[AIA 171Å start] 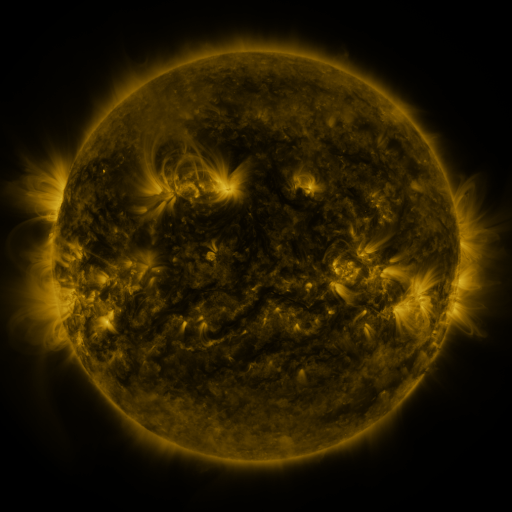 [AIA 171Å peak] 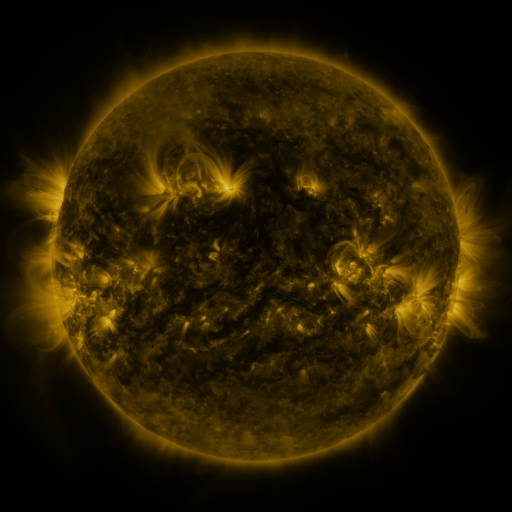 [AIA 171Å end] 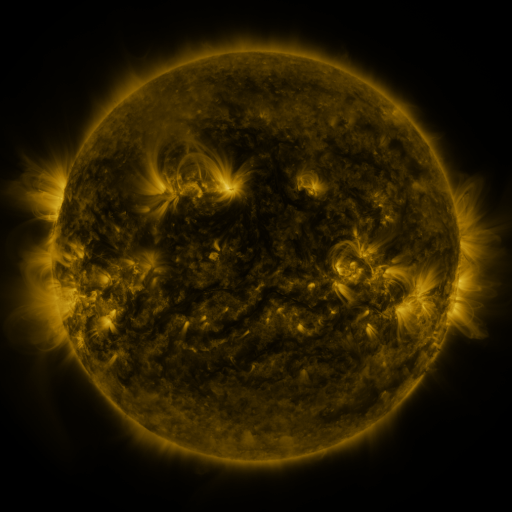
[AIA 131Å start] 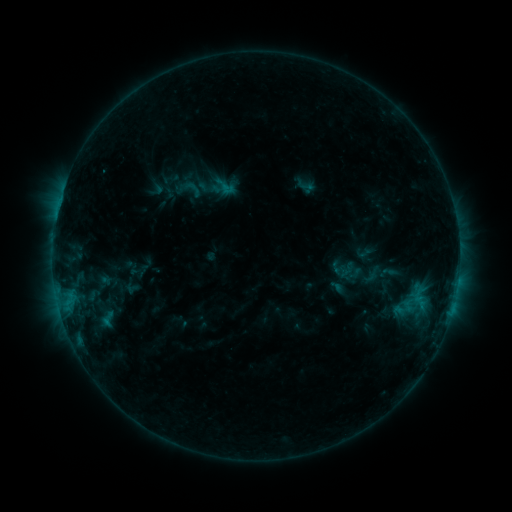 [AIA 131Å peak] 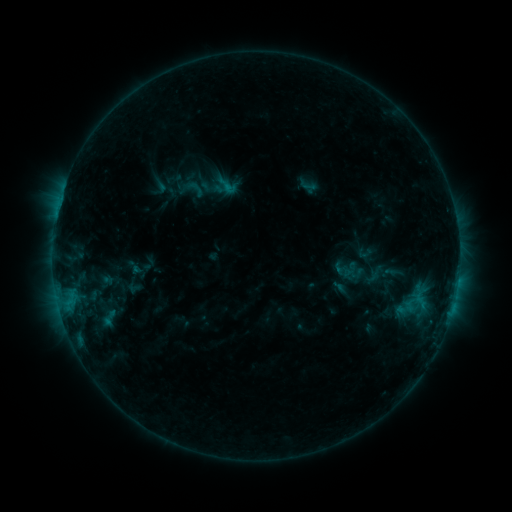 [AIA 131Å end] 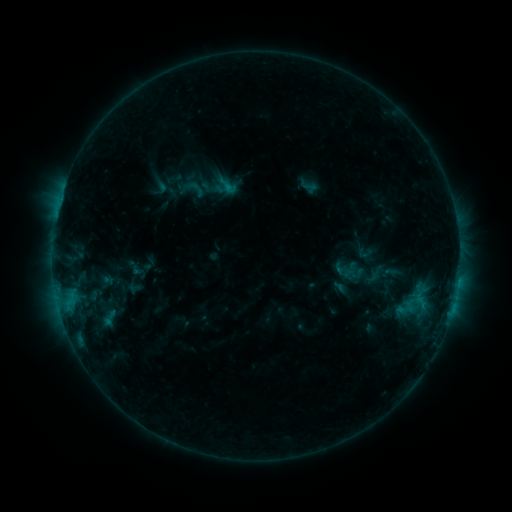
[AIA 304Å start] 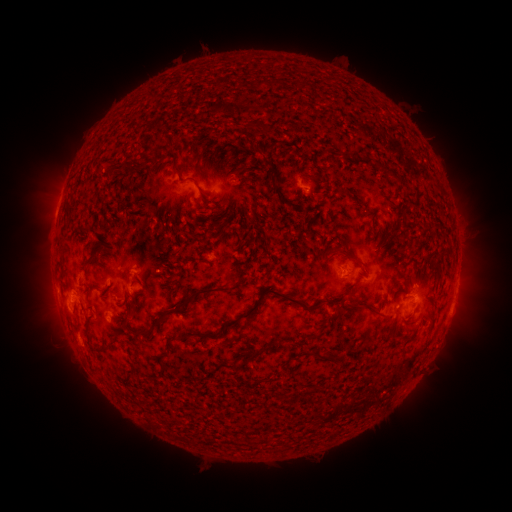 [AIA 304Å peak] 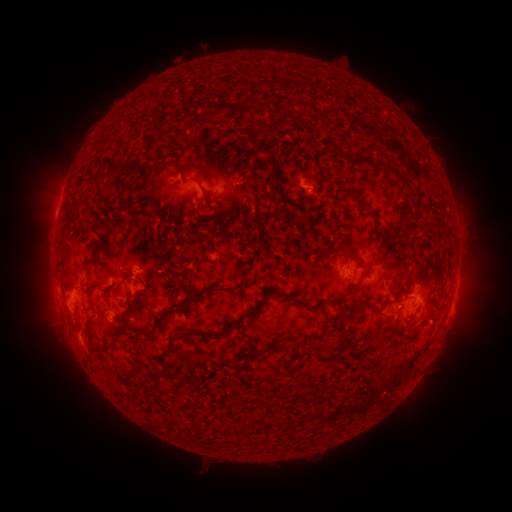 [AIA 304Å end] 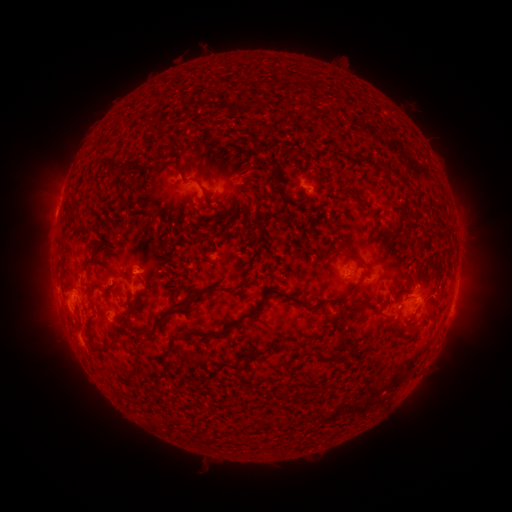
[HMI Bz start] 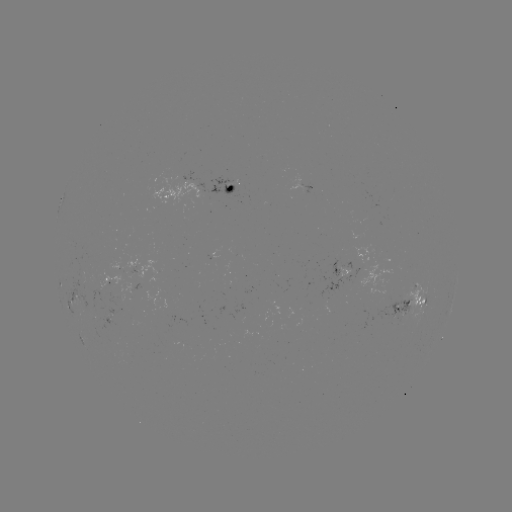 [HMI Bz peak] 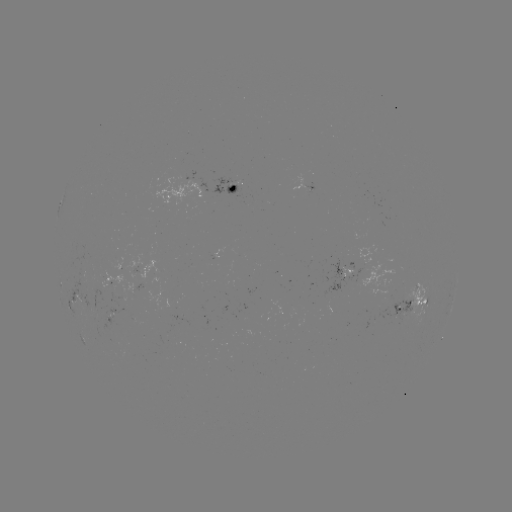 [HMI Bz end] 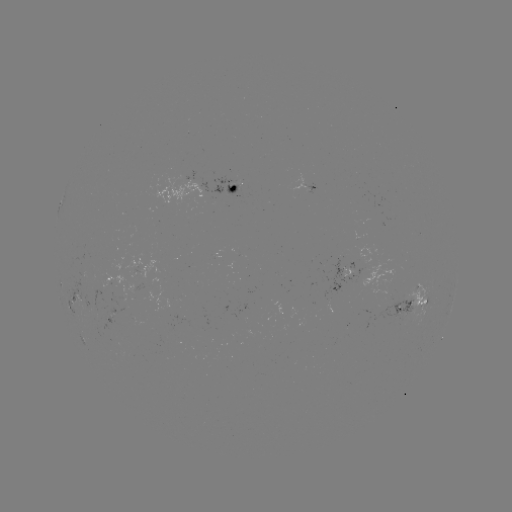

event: emerging-flux region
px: (108, 310)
